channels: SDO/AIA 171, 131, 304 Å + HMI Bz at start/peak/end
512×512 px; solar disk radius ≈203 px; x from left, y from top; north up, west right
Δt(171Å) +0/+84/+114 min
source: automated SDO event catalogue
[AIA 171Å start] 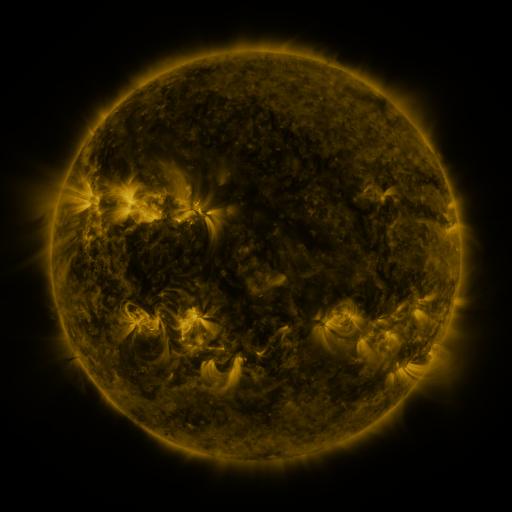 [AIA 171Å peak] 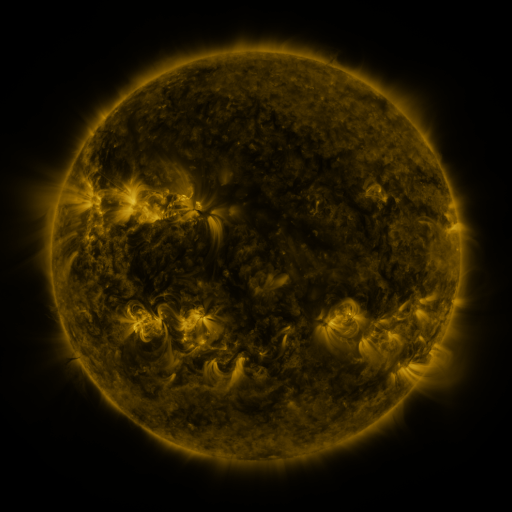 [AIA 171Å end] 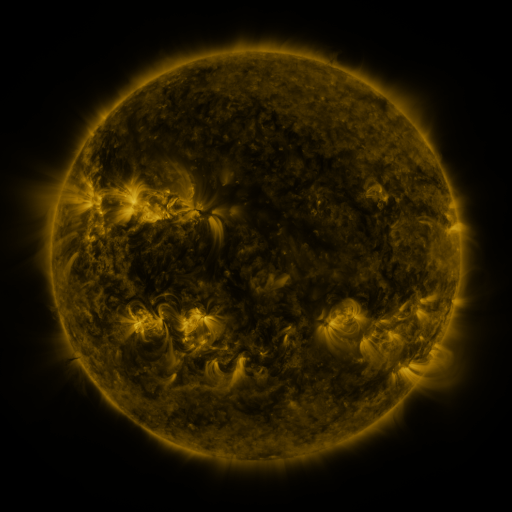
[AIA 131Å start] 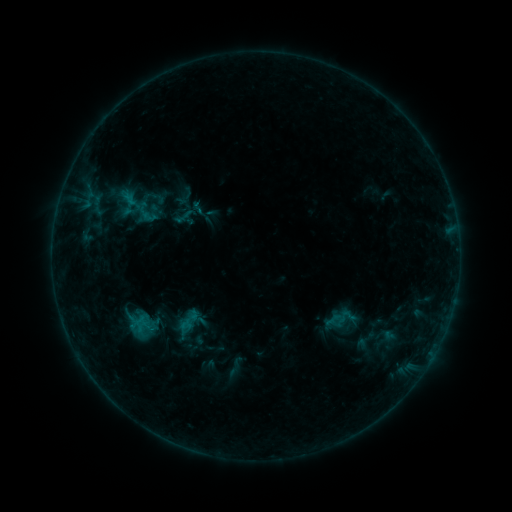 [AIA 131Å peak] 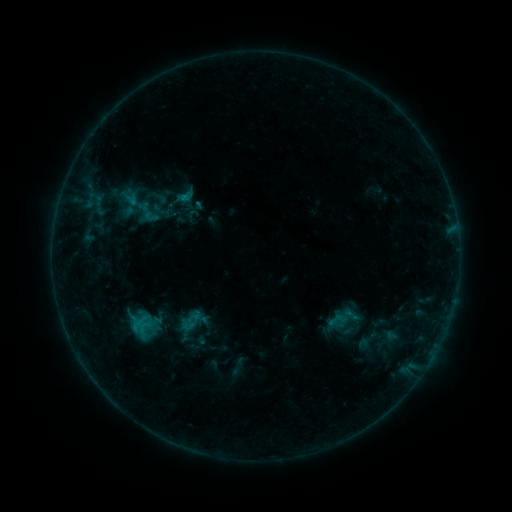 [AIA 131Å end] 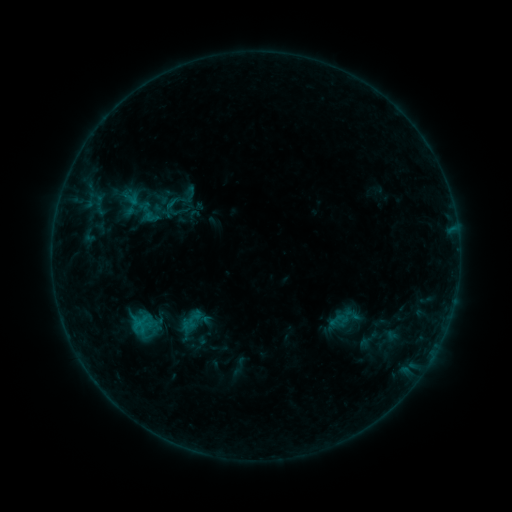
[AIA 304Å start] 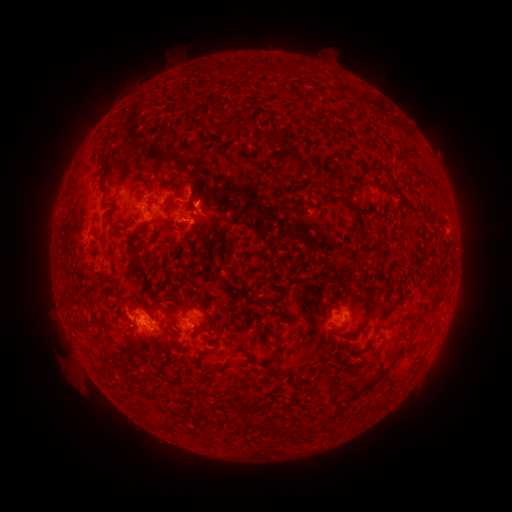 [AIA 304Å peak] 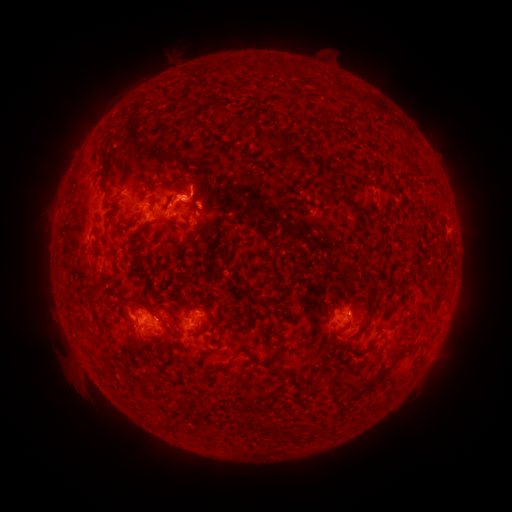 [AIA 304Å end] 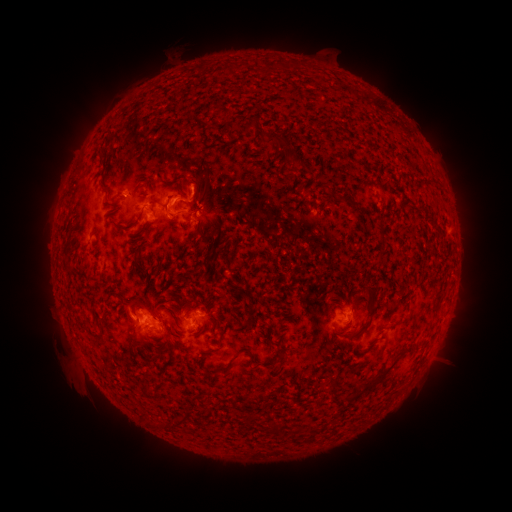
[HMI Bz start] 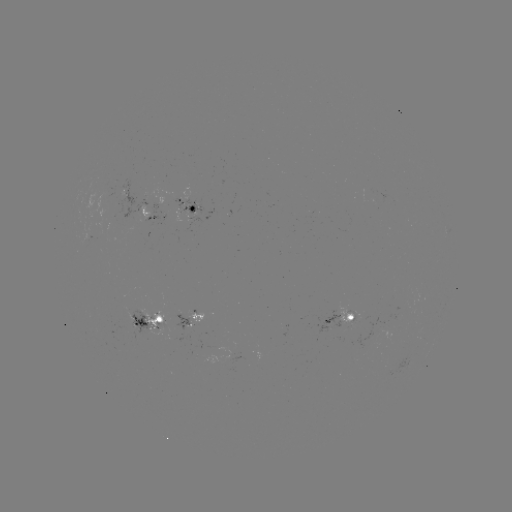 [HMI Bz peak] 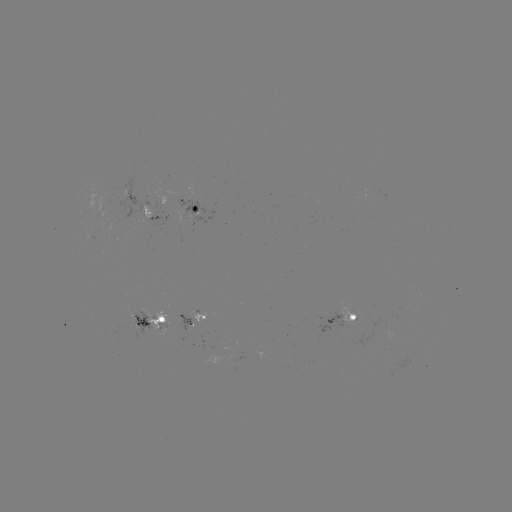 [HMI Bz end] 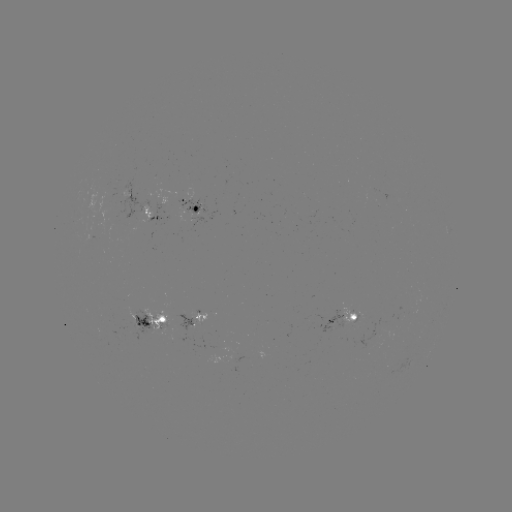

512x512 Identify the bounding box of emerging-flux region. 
[208, 345, 219, 349].